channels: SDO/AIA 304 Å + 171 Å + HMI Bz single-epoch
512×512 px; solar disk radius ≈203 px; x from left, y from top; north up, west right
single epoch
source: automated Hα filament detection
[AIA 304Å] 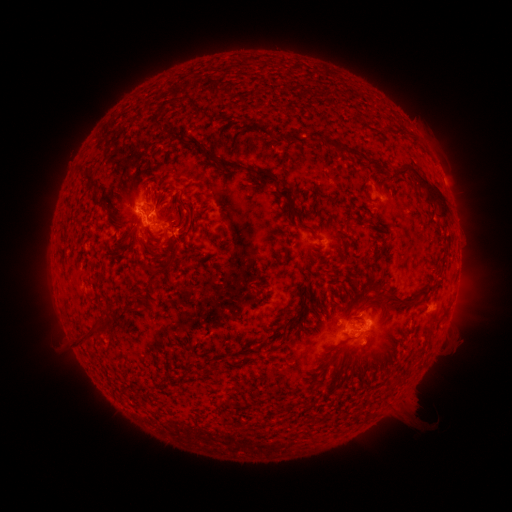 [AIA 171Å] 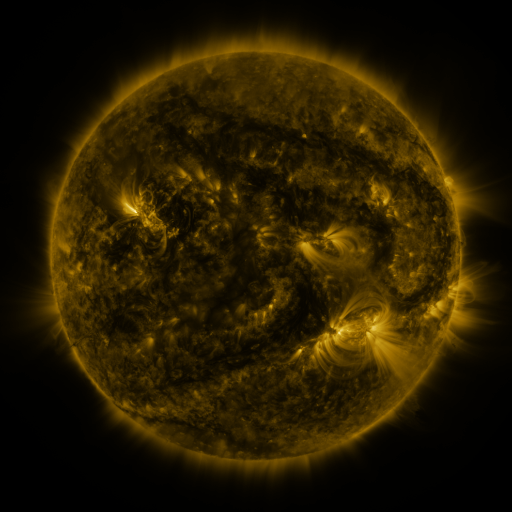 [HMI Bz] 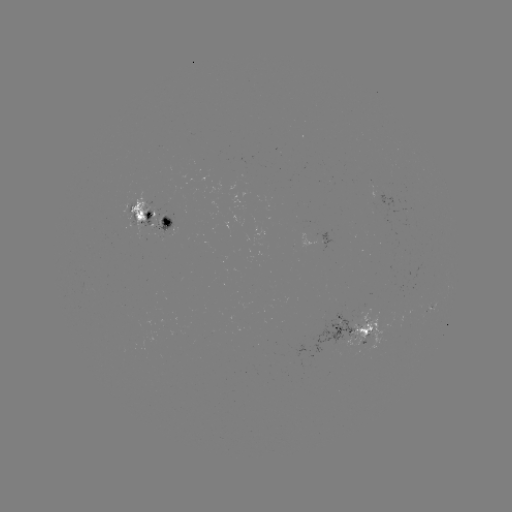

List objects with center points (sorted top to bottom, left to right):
filament: (159, 112)
filament: (402, 130)
filament: (161, 132)
filament: (287, 136)
filament: (336, 146)
filament: (238, 167)
filament: (89, 180)
filament: (426, 183)
filament: (100, 203)
filament: (179, 224)
filament: (300, 224)
filament: (185, 229)
filament: (147, 239)
filament: (122, 246)
filament: (157, 255)
filament: (153, 276)
filament: (402, 299)
filament: (107, 326)
filament: (304, 327)
filament: (90, 336)
filament: (349, 338)
